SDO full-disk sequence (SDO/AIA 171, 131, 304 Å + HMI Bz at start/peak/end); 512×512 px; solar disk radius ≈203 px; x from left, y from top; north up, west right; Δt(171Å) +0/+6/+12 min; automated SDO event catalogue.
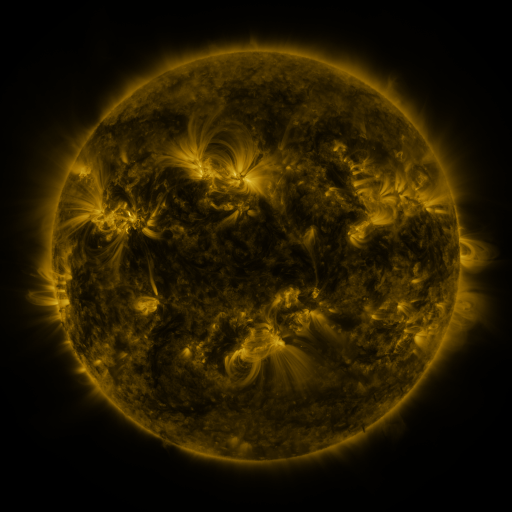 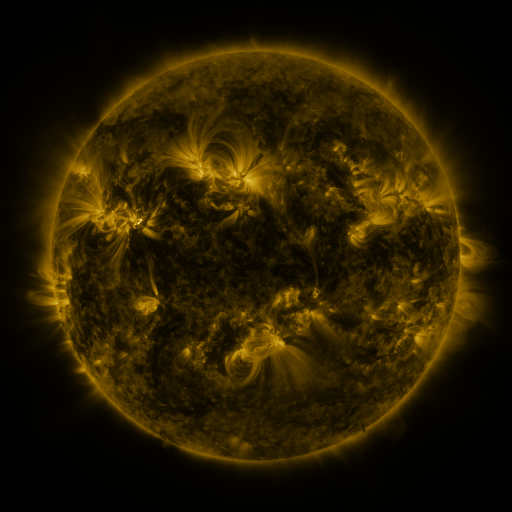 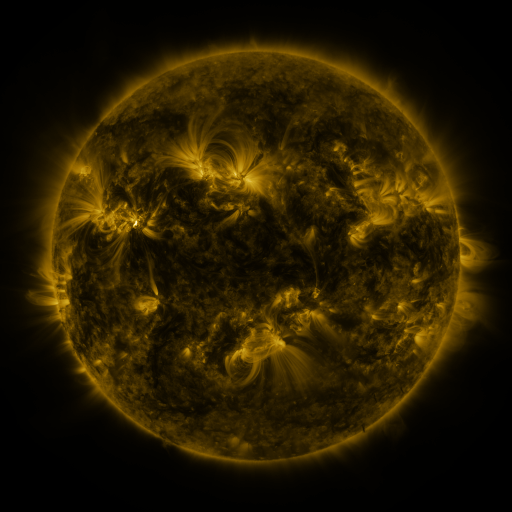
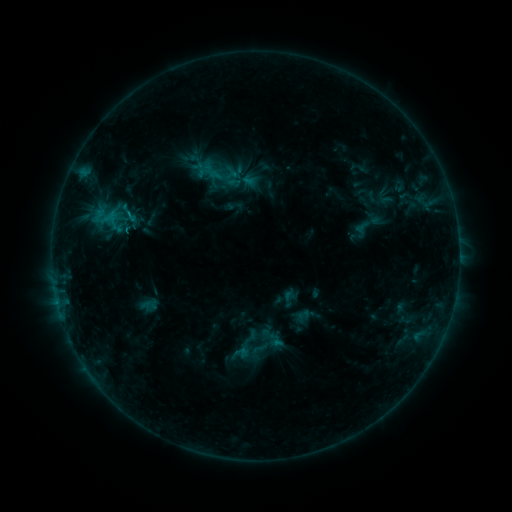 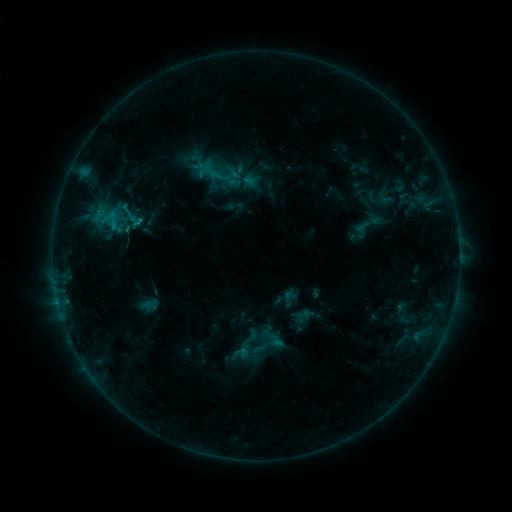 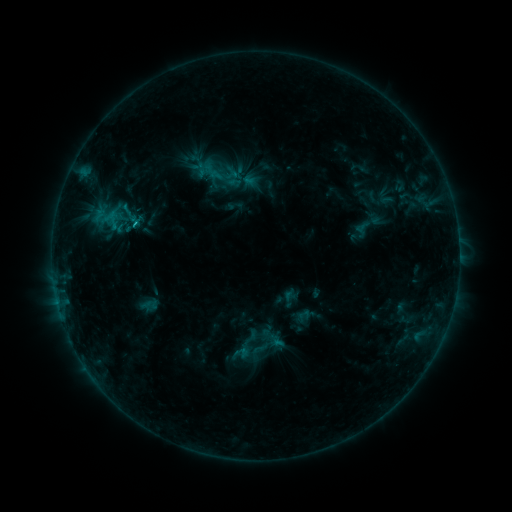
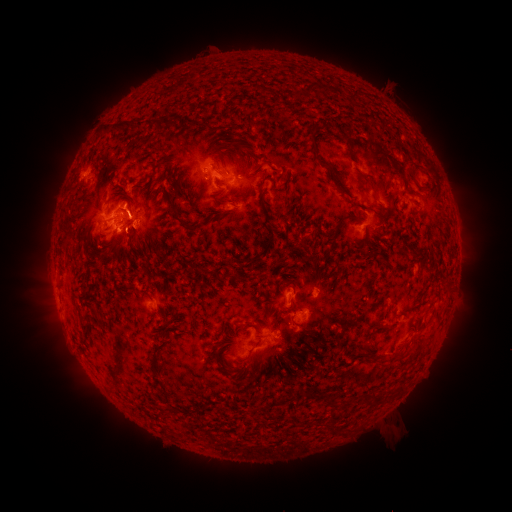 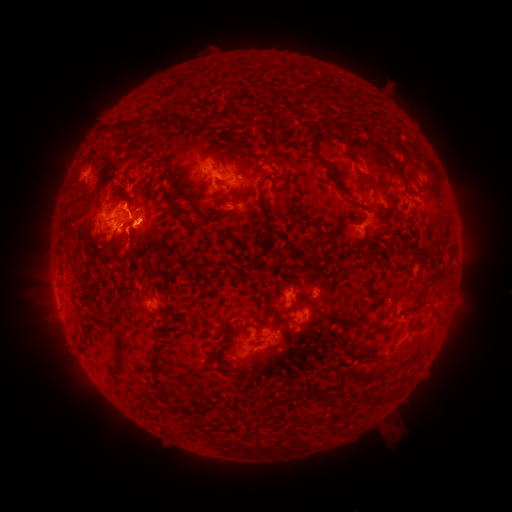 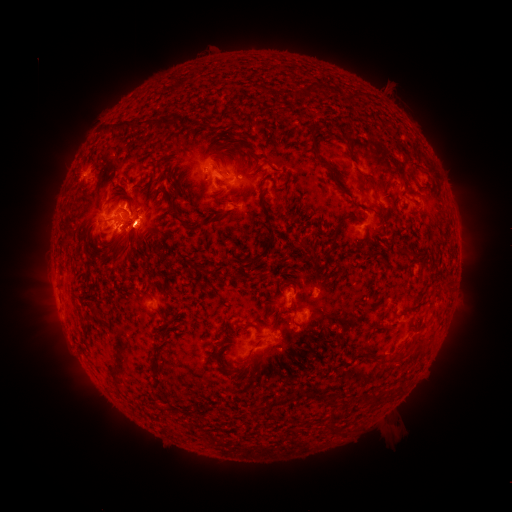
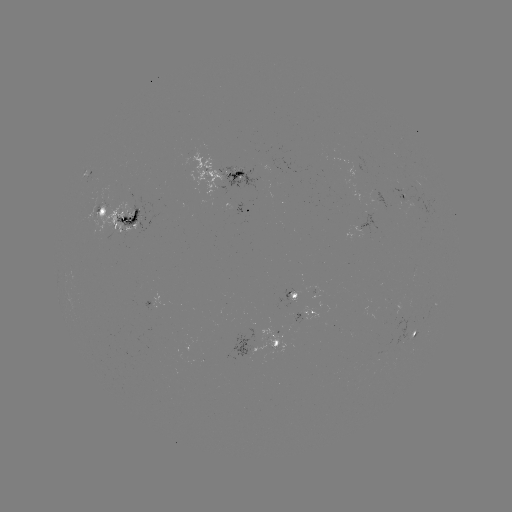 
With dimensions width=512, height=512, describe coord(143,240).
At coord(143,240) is eruption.